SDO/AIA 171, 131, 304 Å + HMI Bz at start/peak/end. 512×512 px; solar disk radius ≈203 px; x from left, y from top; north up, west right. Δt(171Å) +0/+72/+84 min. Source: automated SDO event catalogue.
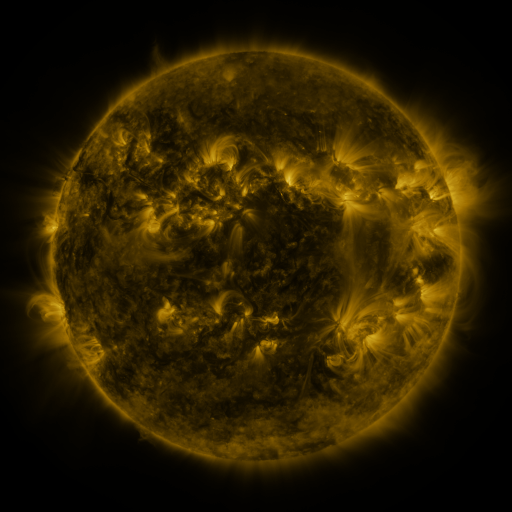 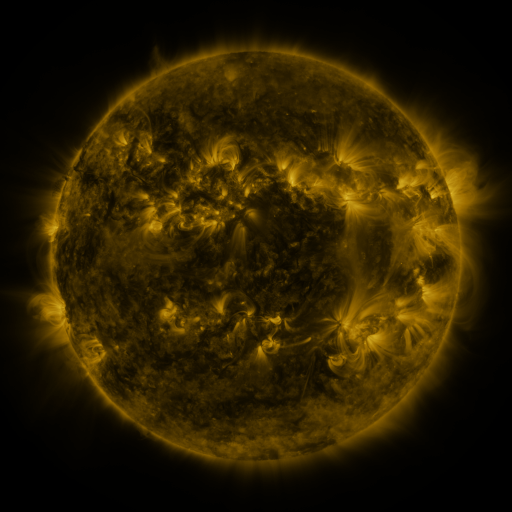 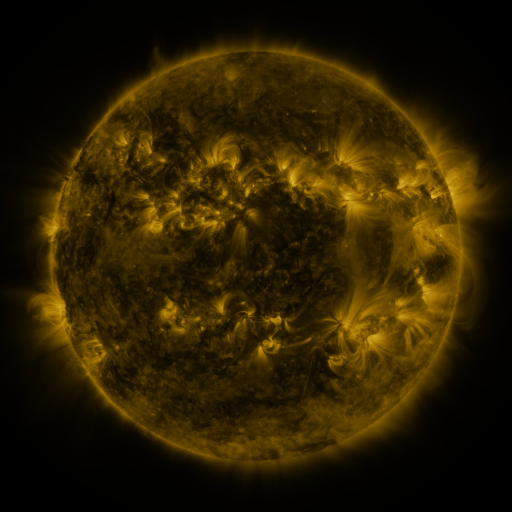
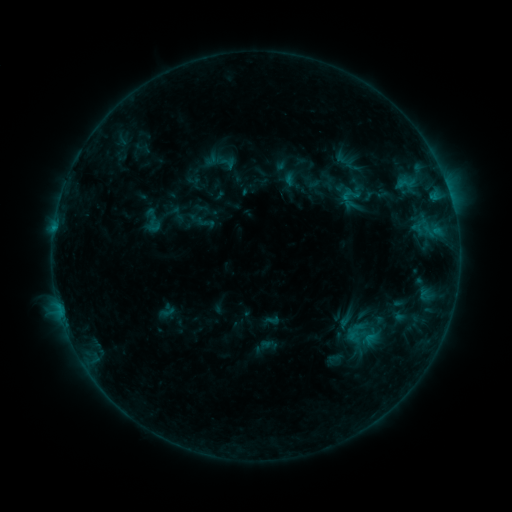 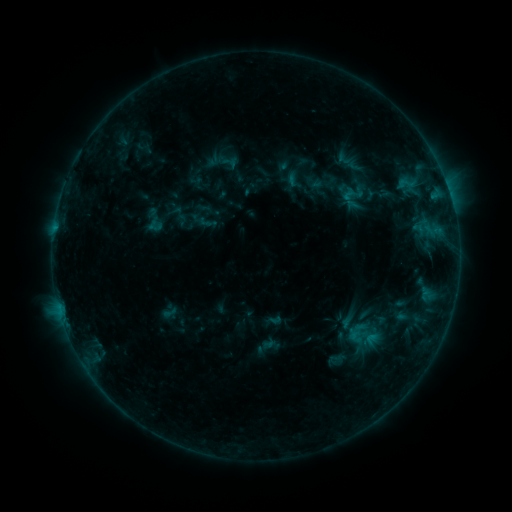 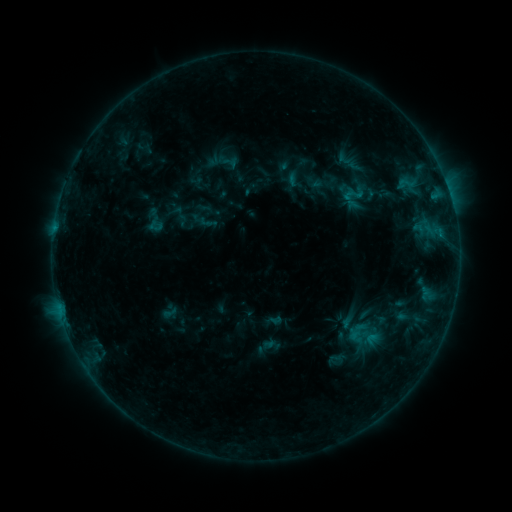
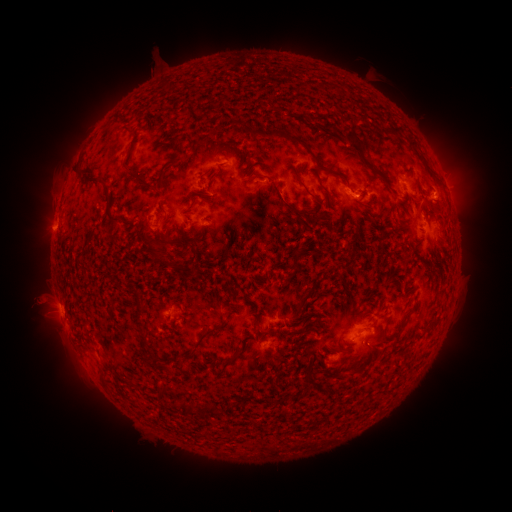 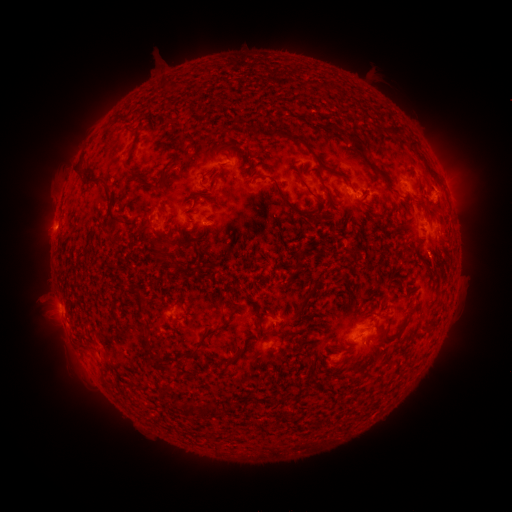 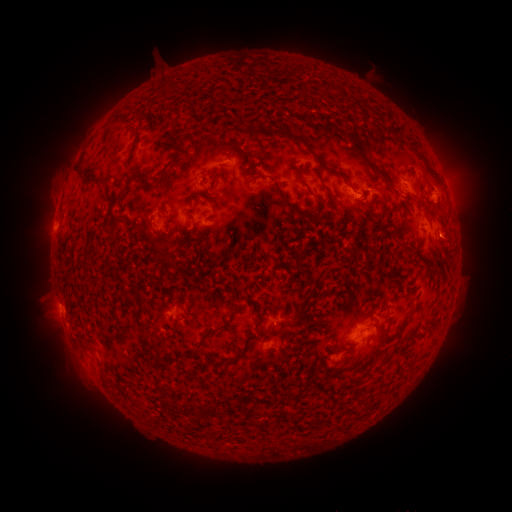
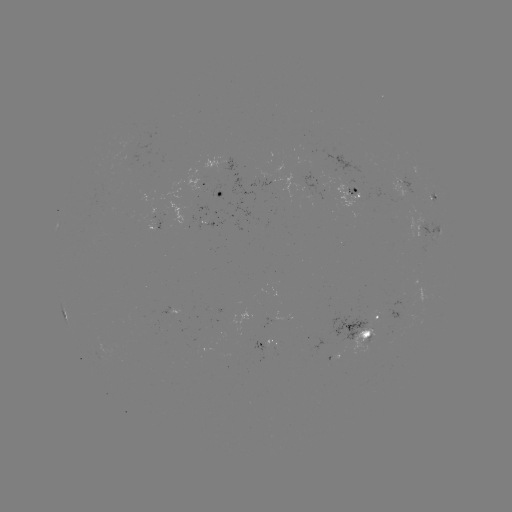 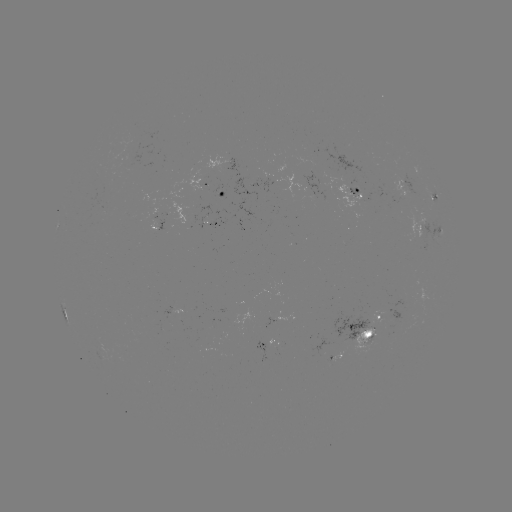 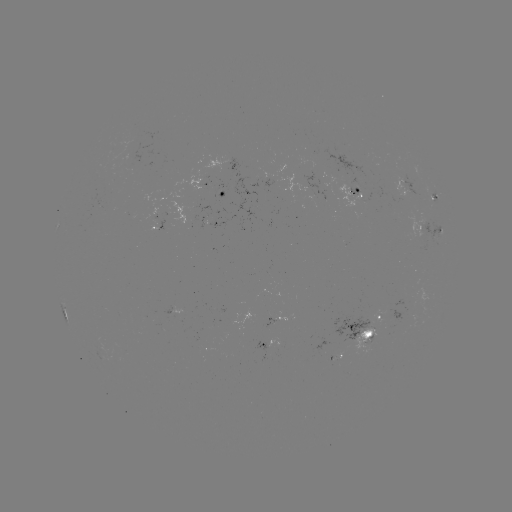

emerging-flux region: [147, 216, 162, 230]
